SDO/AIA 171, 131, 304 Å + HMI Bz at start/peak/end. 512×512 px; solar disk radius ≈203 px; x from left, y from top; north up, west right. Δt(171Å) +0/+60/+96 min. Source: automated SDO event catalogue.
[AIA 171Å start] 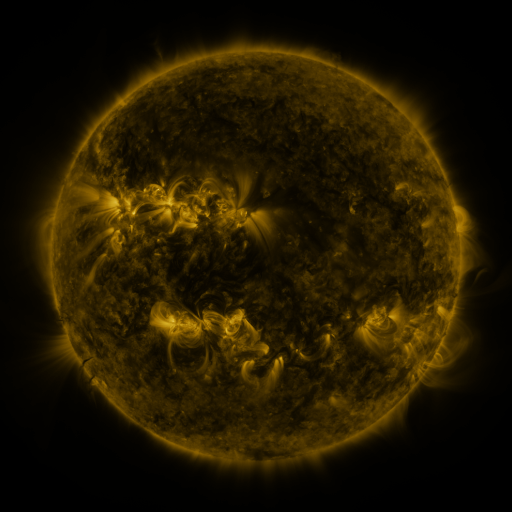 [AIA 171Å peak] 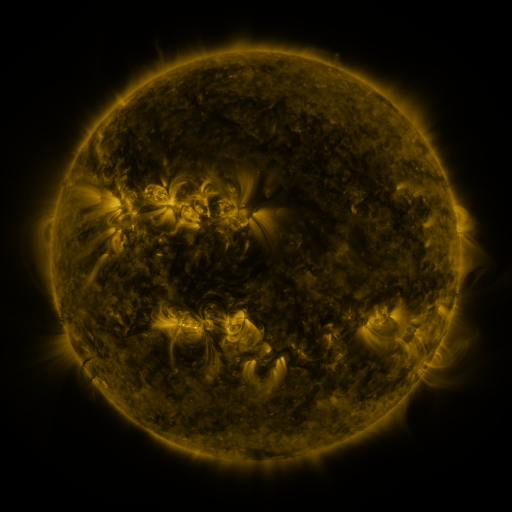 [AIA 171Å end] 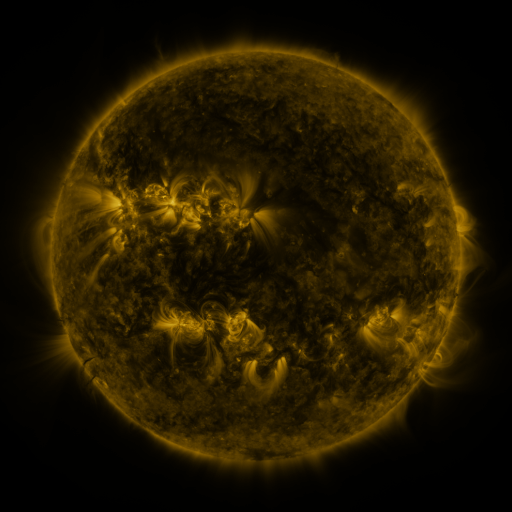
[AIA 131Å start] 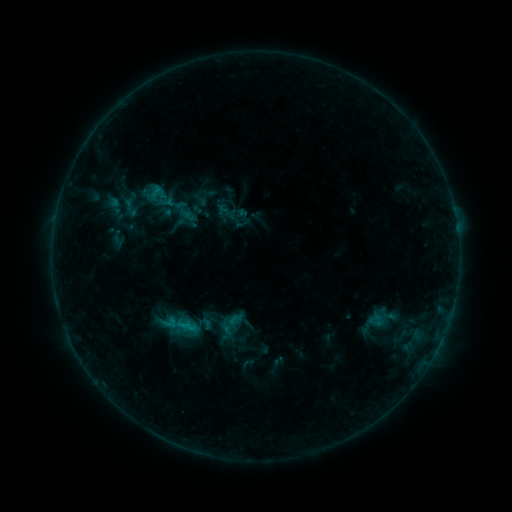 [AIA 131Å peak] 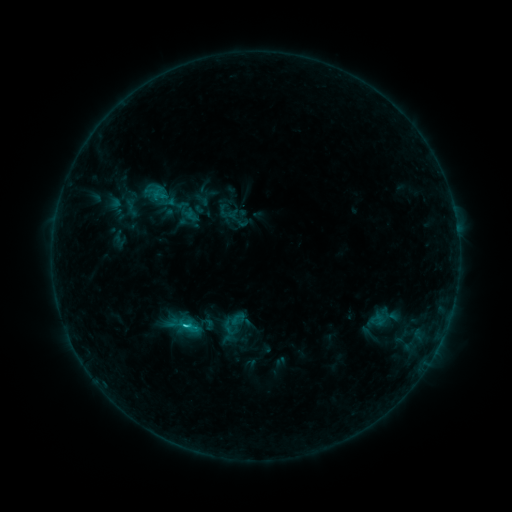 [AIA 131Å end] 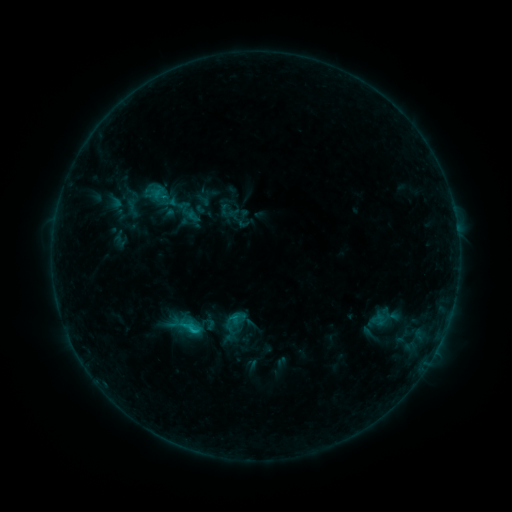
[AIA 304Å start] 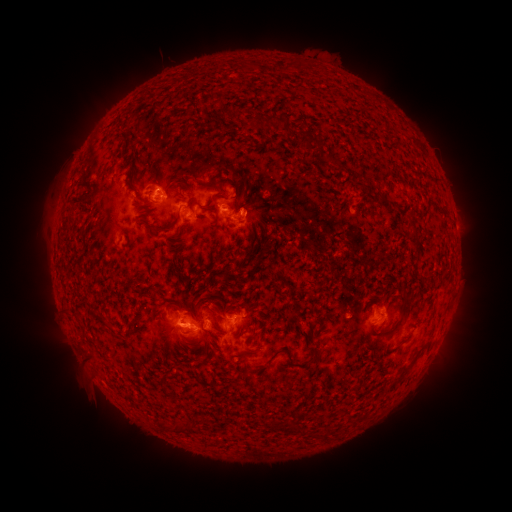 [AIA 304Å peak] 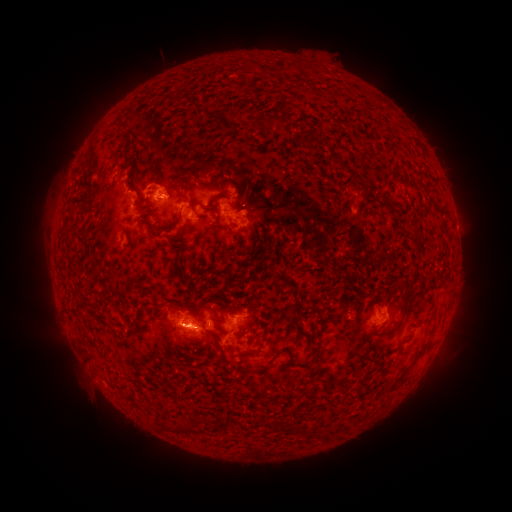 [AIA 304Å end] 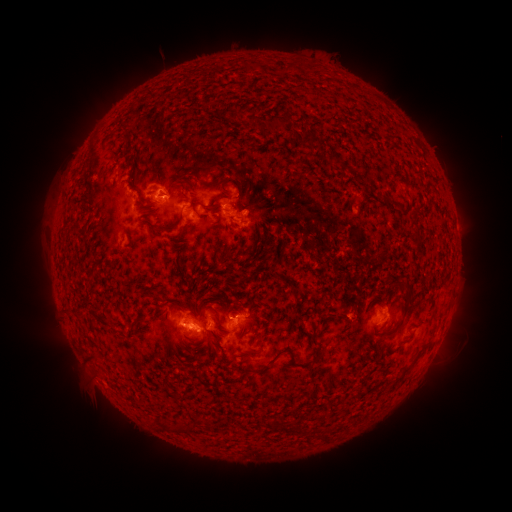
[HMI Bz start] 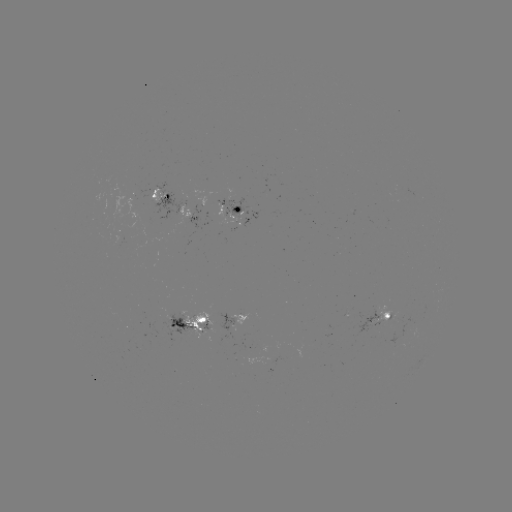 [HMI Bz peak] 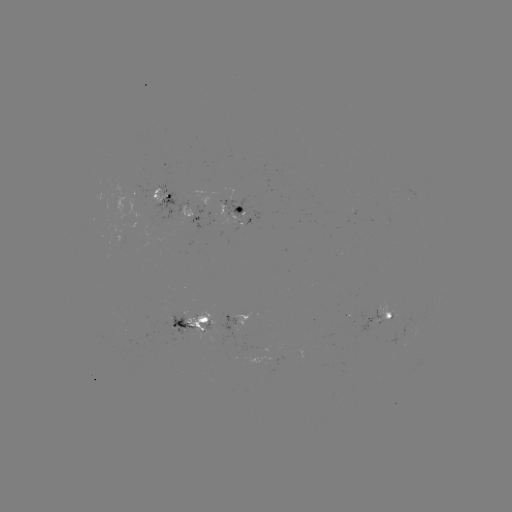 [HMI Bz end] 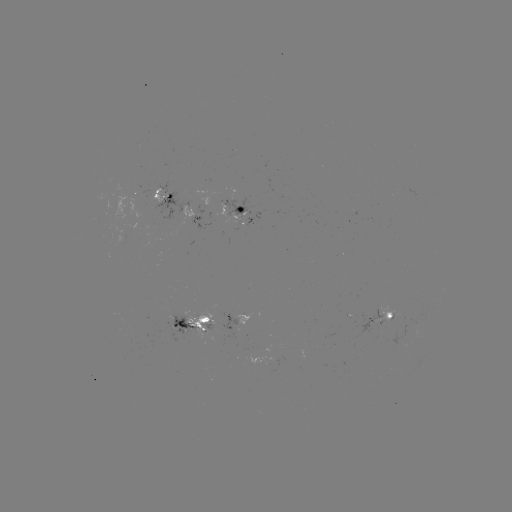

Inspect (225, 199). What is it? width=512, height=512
emerging-flux region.